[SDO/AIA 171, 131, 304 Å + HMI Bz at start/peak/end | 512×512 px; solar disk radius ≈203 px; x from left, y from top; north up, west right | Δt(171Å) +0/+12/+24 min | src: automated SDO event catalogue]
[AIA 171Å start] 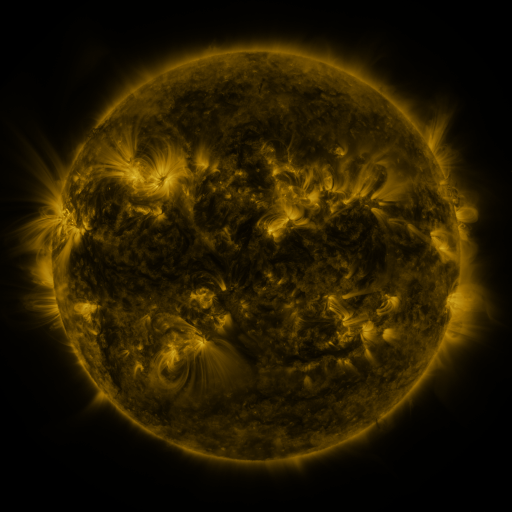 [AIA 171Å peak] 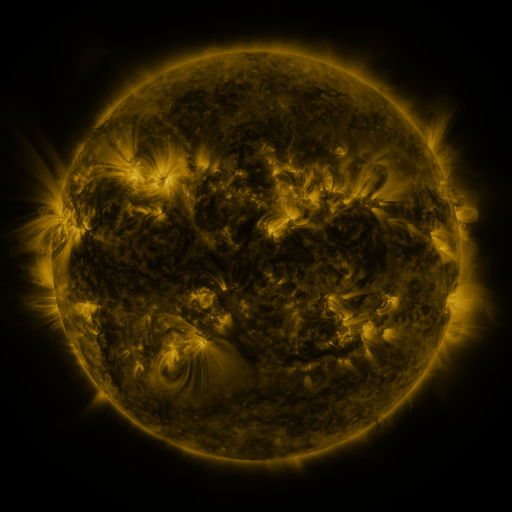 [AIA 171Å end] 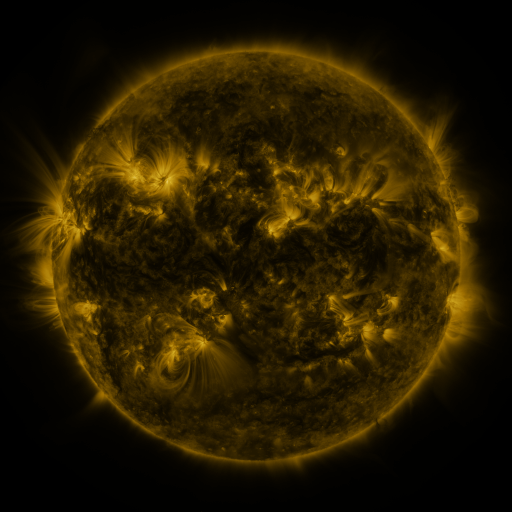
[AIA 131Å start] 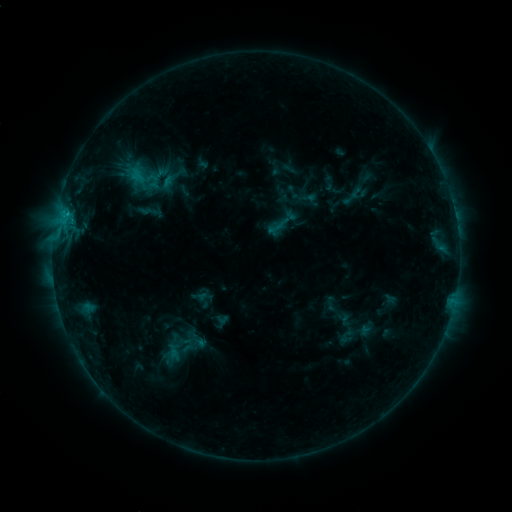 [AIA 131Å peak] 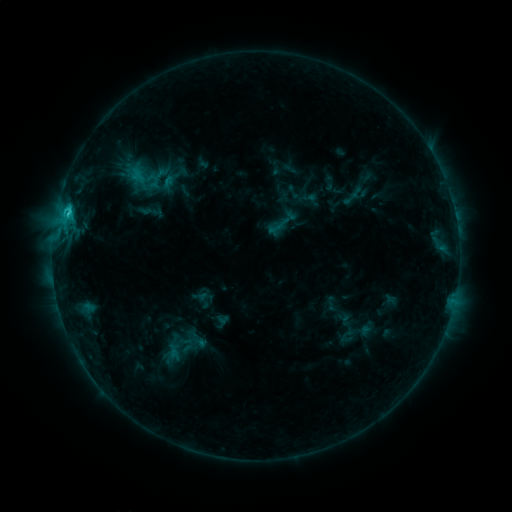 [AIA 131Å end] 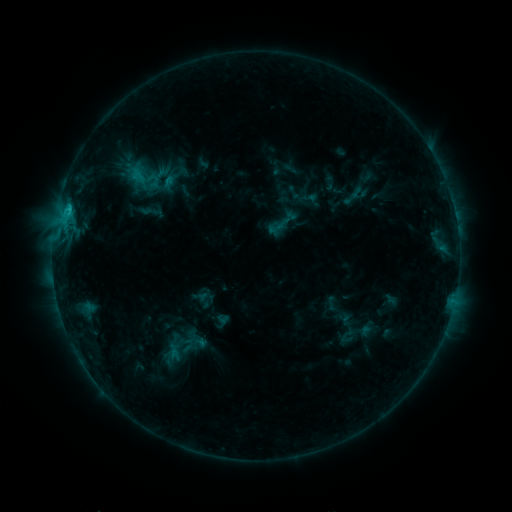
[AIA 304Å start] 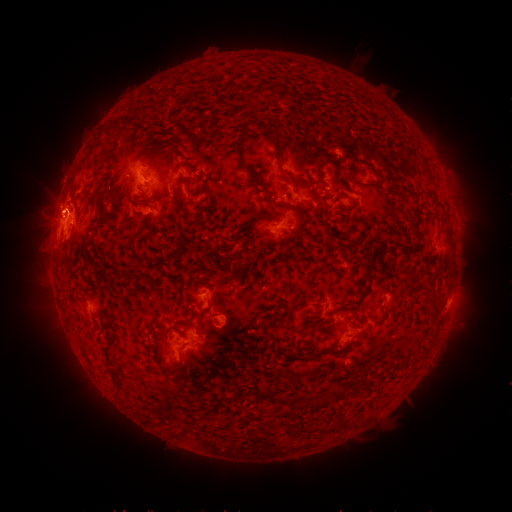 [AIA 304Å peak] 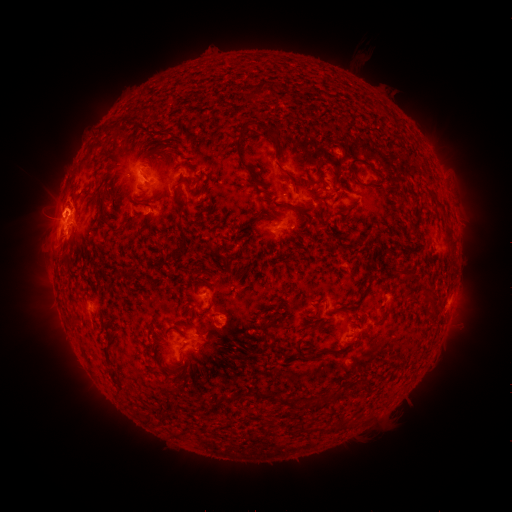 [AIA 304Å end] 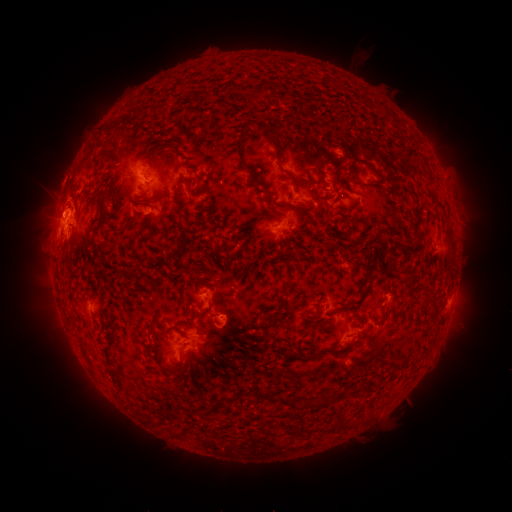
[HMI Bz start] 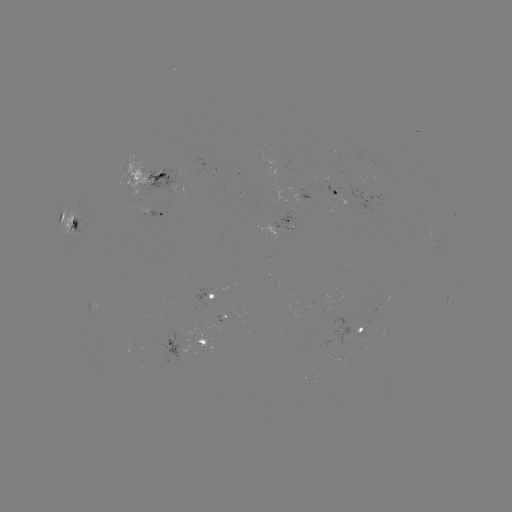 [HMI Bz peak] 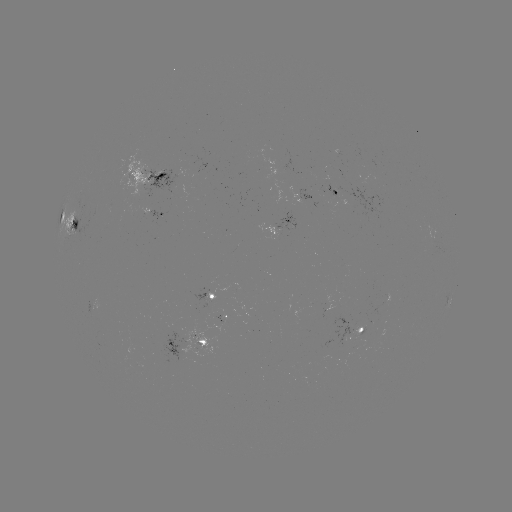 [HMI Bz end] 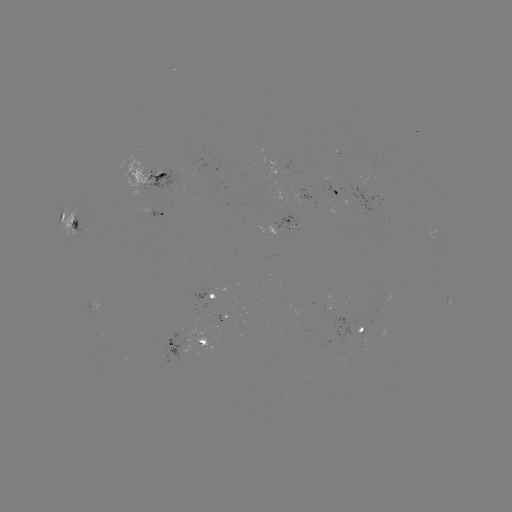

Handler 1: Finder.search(C2.4 flare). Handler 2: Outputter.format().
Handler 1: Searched C2.4 flare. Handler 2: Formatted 67,215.